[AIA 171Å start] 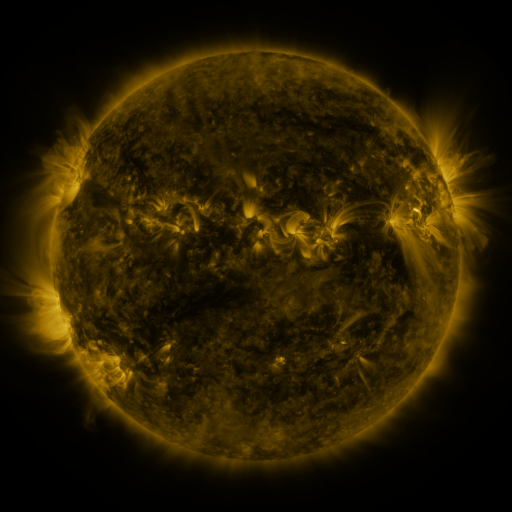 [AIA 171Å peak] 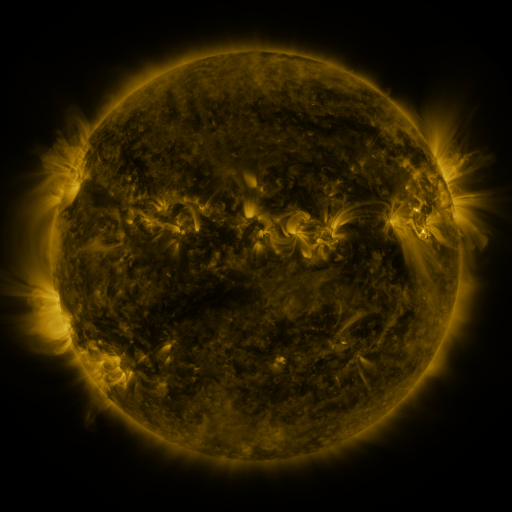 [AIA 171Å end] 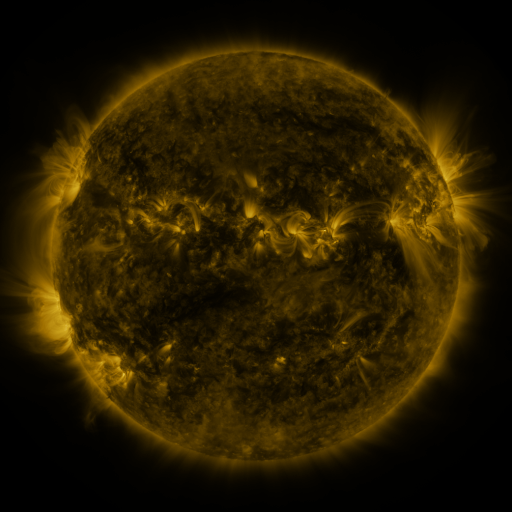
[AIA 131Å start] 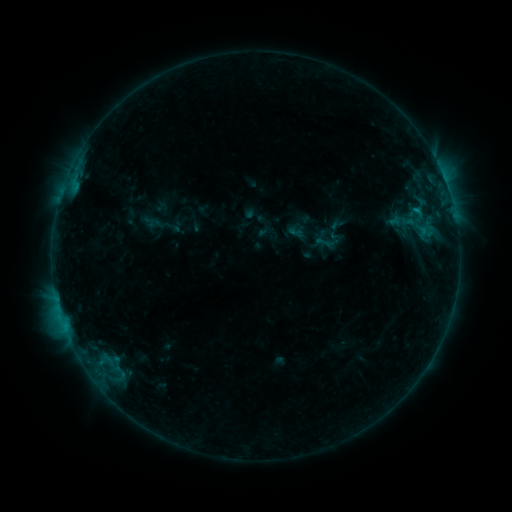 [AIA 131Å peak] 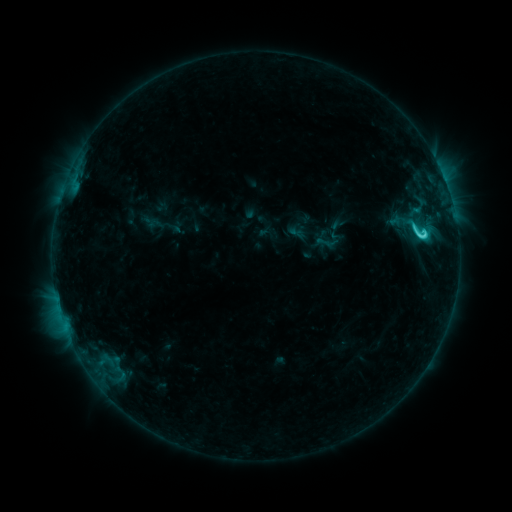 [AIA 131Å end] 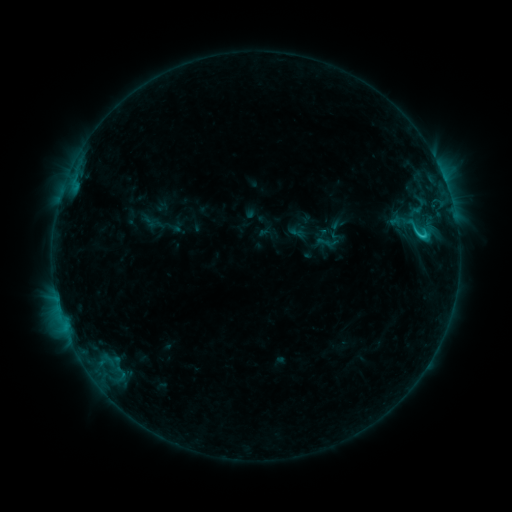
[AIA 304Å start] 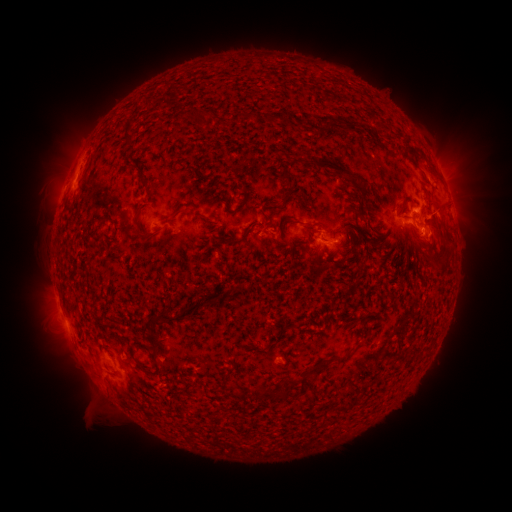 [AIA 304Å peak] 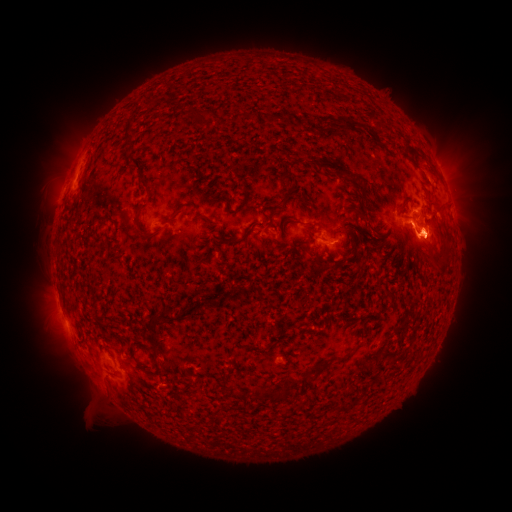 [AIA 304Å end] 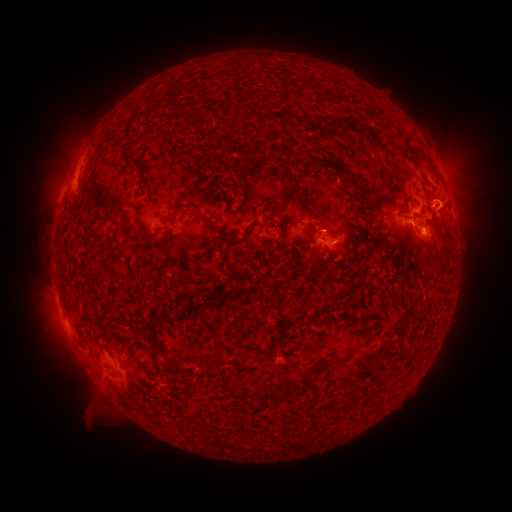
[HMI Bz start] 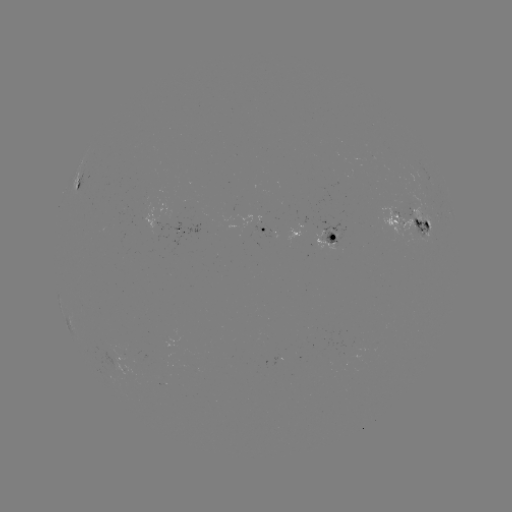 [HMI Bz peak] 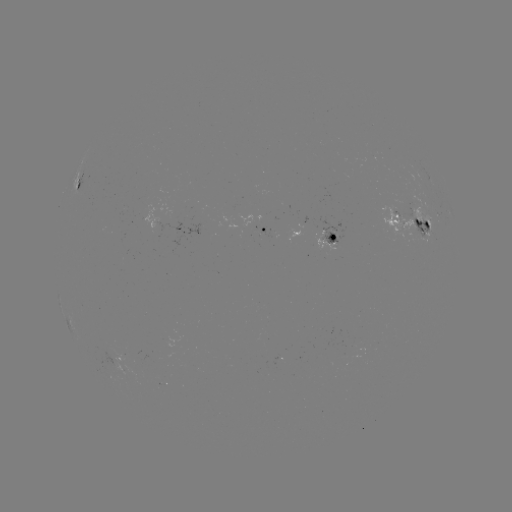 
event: eruption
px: (431, 240)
